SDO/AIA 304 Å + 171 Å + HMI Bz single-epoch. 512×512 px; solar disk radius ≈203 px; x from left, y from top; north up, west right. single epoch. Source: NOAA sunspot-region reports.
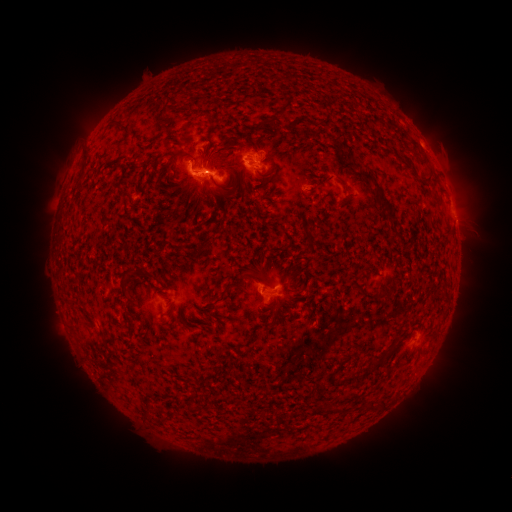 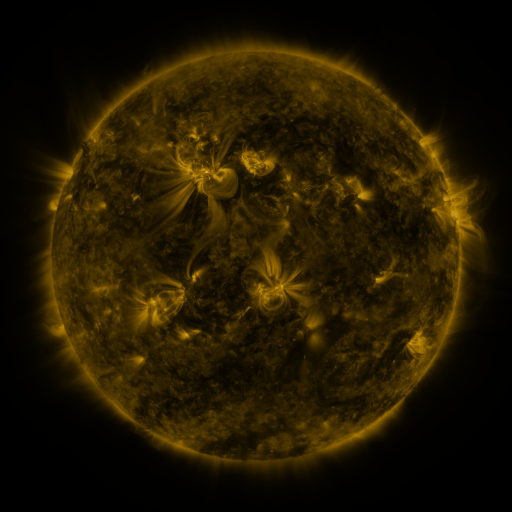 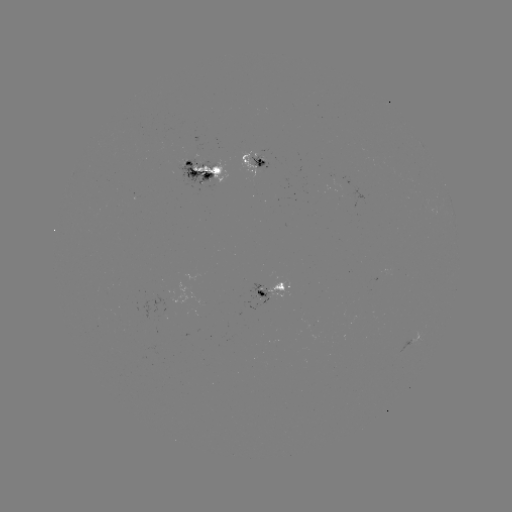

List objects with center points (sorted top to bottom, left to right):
spotted active region: (256, 159)
spotted active region: (205, 173)
spotted active region: (273, 290)
spotted active region: (423, 327)
